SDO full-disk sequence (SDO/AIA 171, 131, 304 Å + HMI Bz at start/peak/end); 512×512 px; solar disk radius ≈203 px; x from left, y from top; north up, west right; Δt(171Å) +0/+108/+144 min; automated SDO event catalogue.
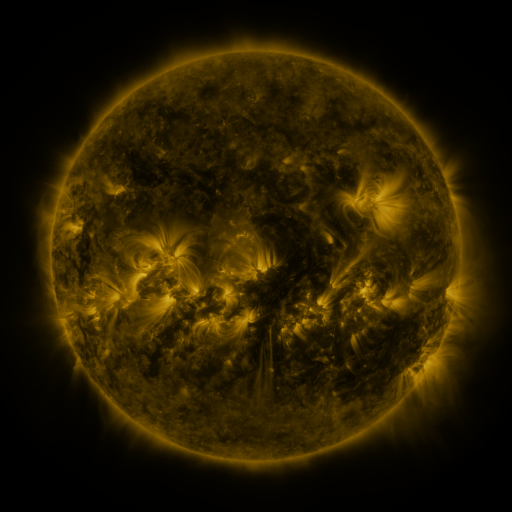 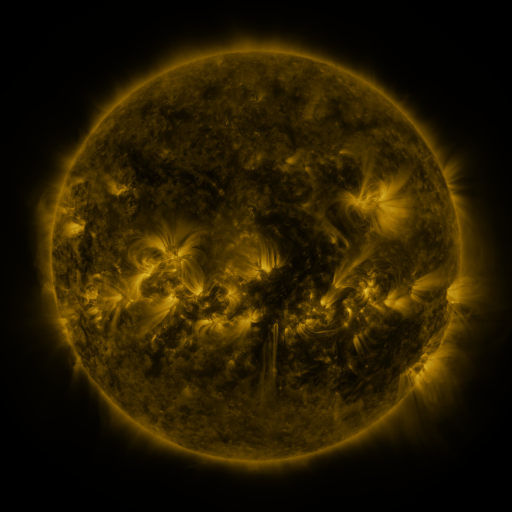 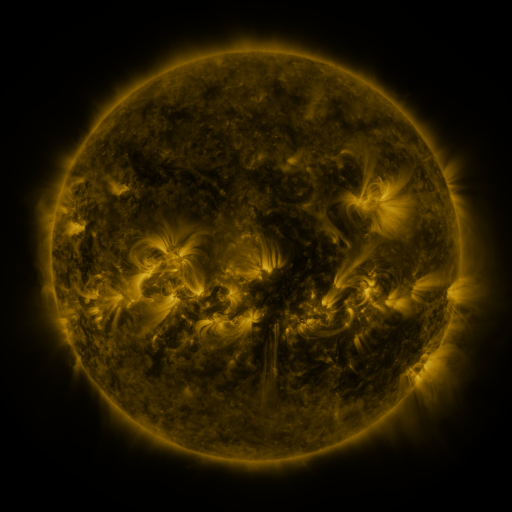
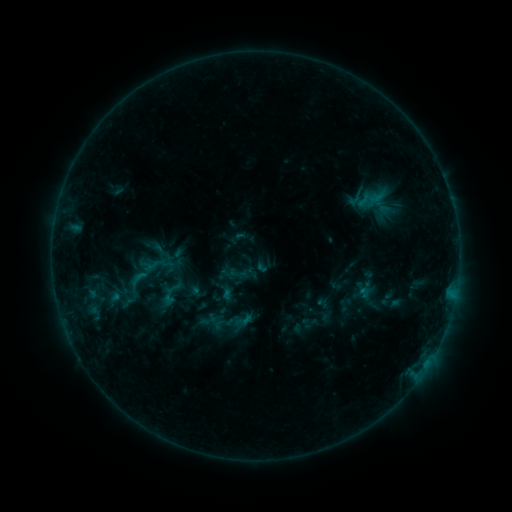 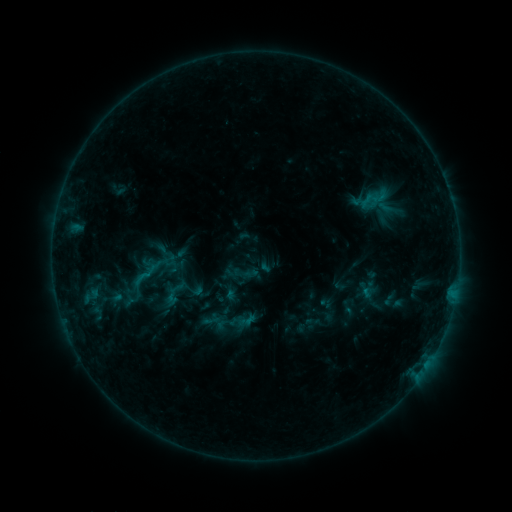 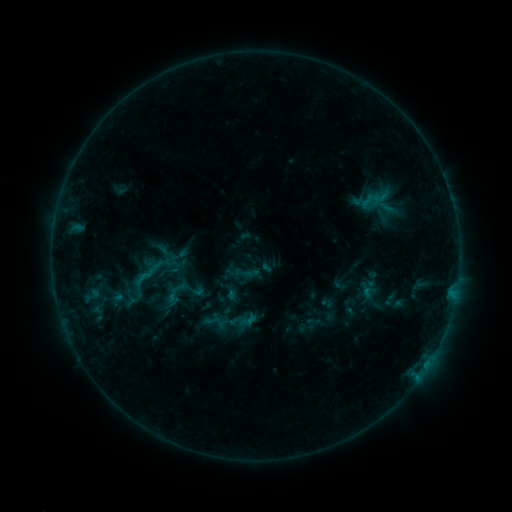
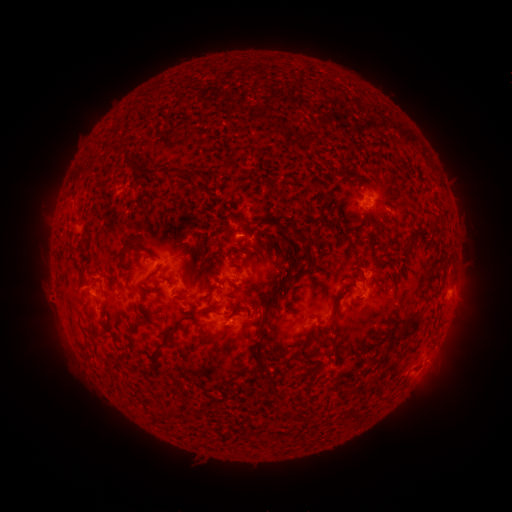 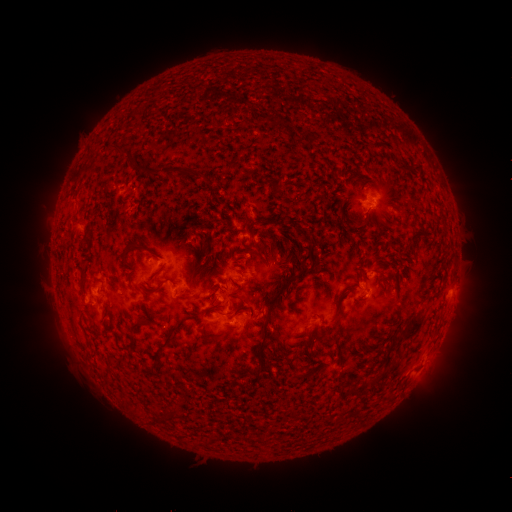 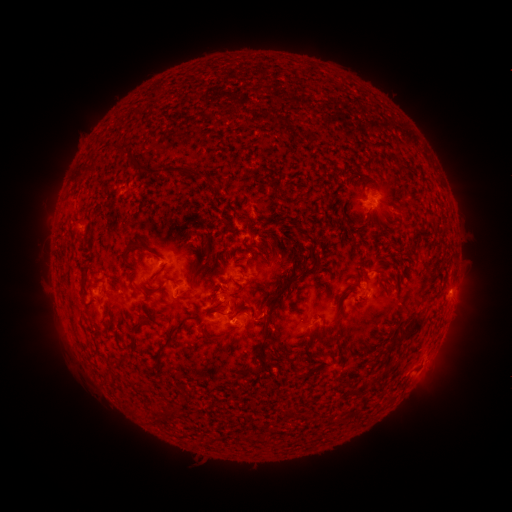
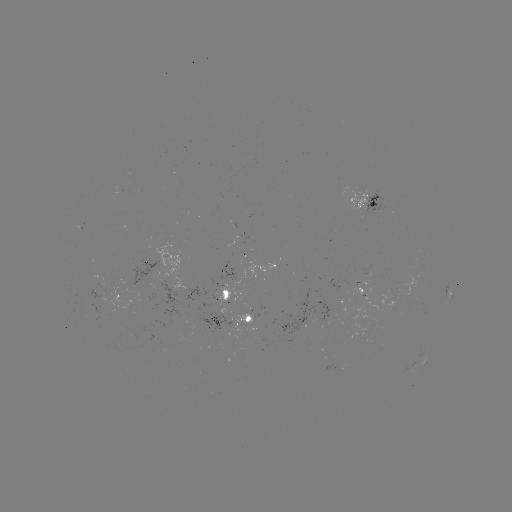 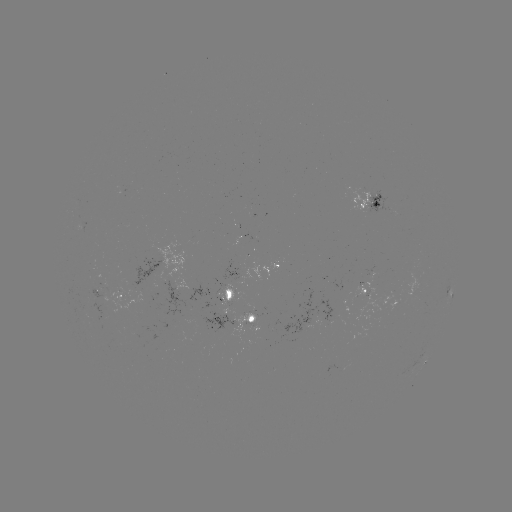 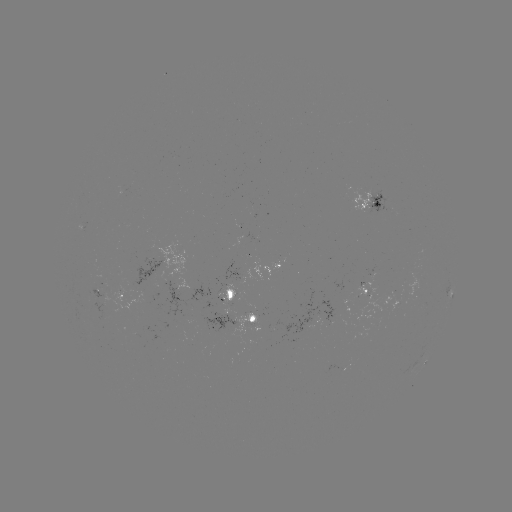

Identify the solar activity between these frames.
emerging-flux region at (362, 294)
